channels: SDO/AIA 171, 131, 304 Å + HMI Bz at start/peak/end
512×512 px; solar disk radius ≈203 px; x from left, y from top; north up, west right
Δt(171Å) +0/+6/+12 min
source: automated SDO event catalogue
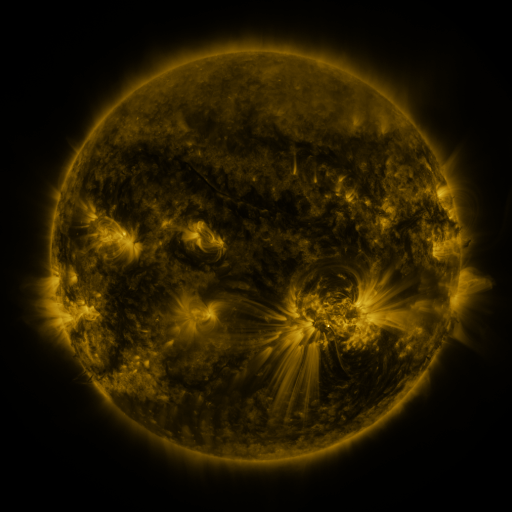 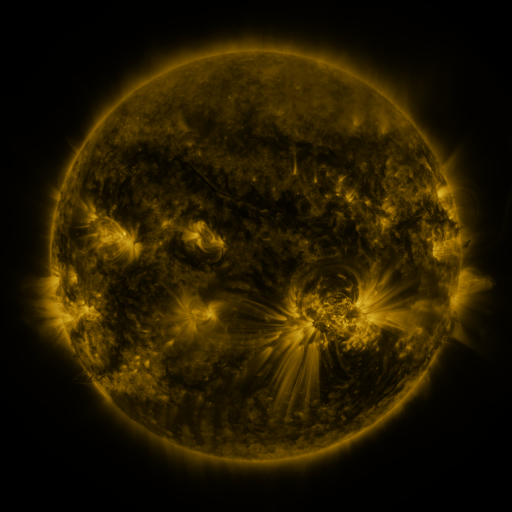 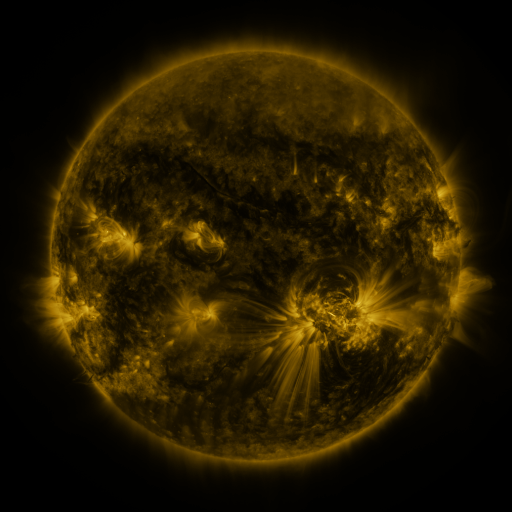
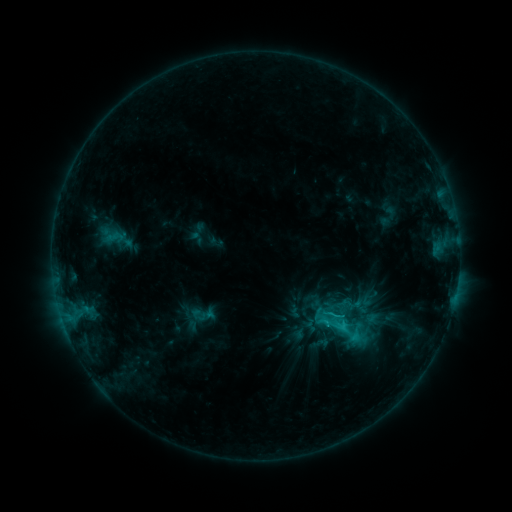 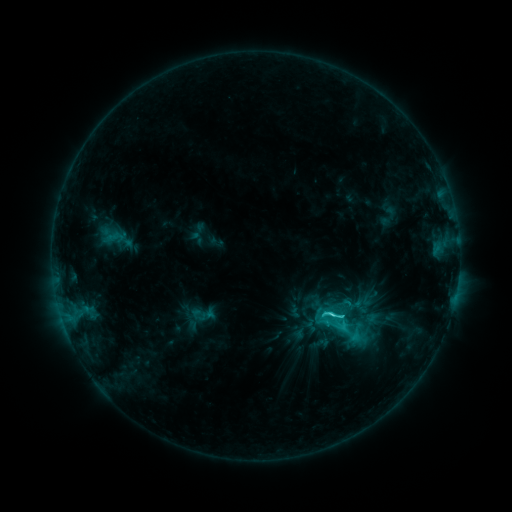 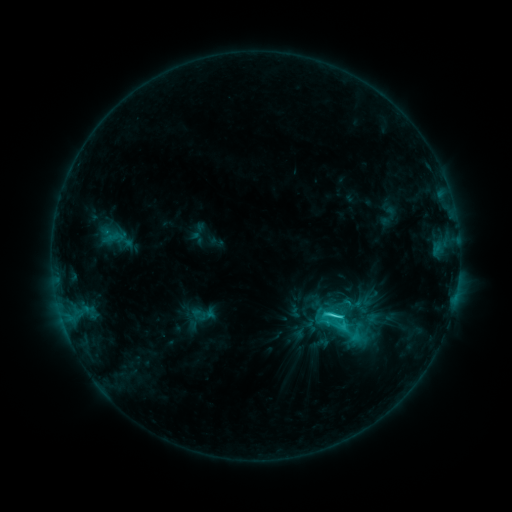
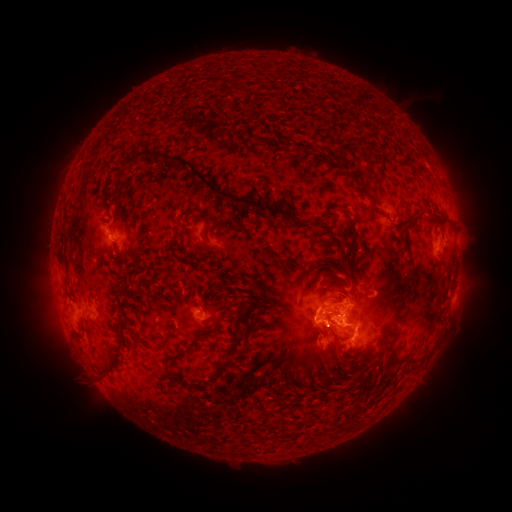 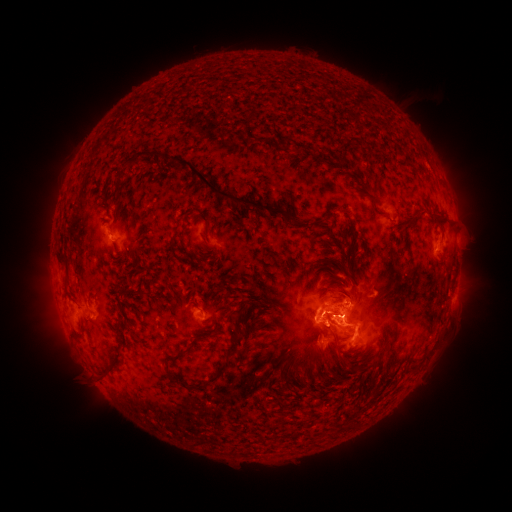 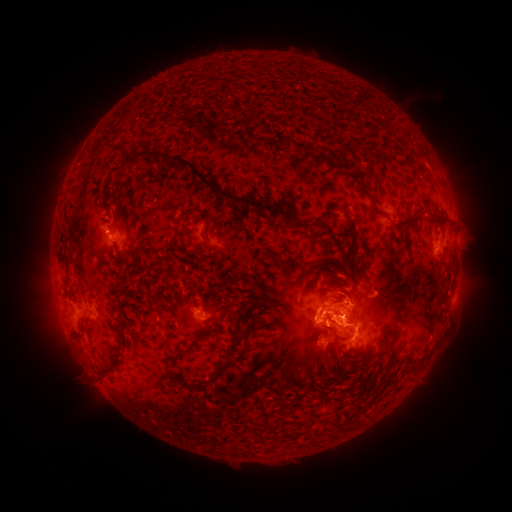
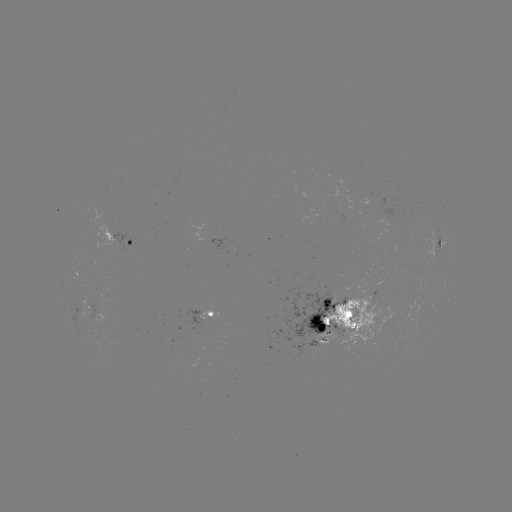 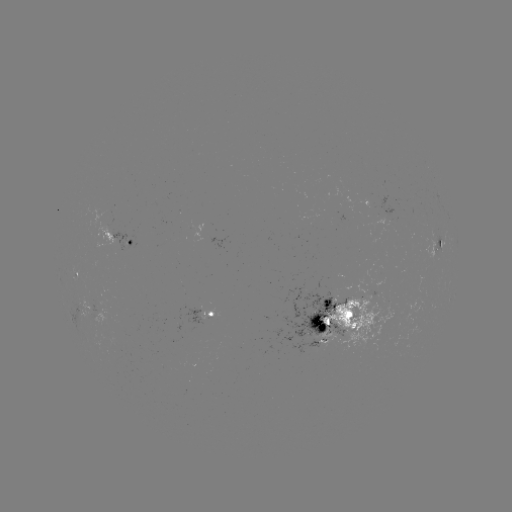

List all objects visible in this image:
C4.6 flare: (330, 314)
